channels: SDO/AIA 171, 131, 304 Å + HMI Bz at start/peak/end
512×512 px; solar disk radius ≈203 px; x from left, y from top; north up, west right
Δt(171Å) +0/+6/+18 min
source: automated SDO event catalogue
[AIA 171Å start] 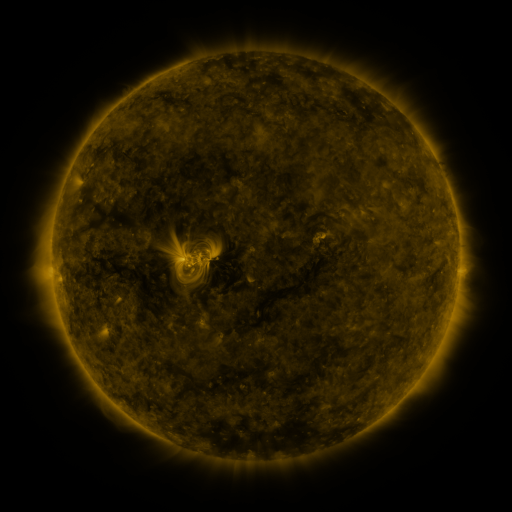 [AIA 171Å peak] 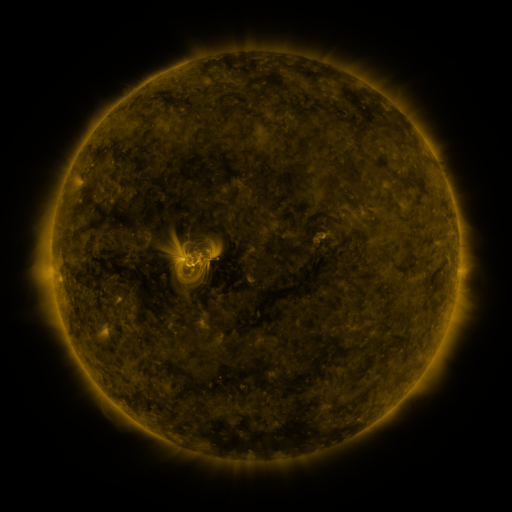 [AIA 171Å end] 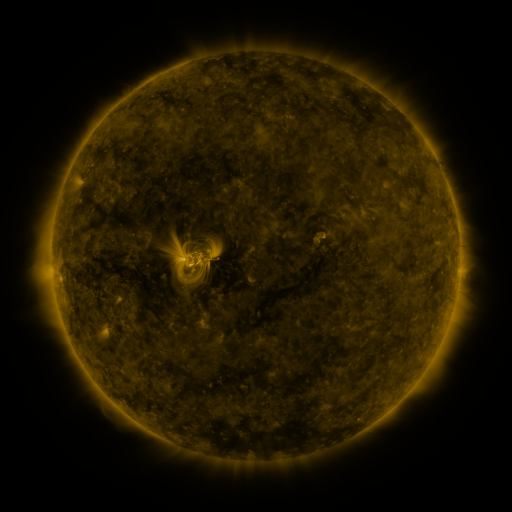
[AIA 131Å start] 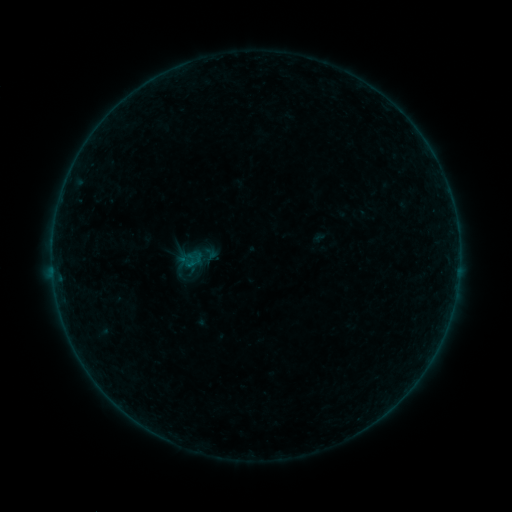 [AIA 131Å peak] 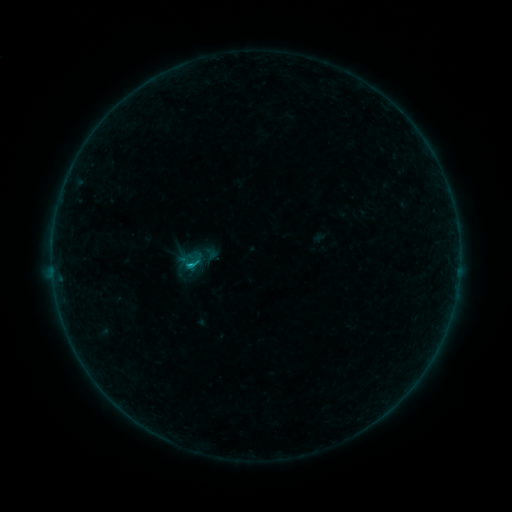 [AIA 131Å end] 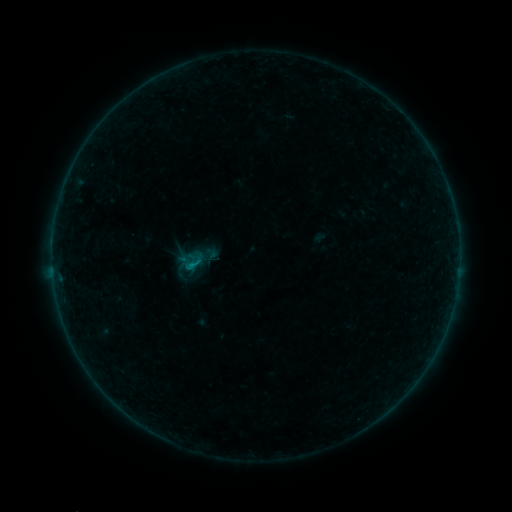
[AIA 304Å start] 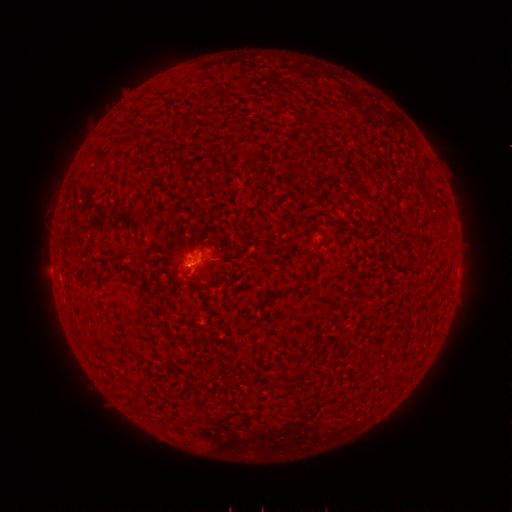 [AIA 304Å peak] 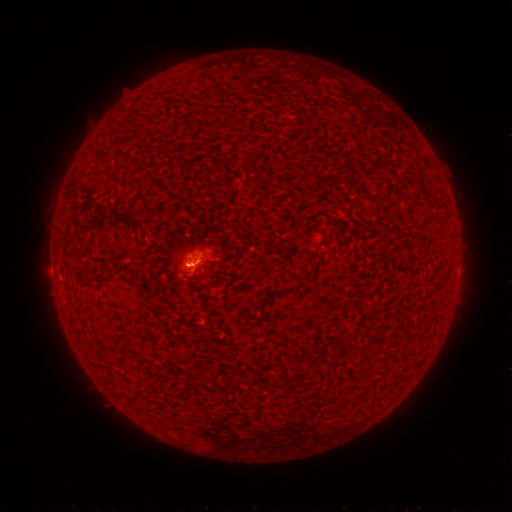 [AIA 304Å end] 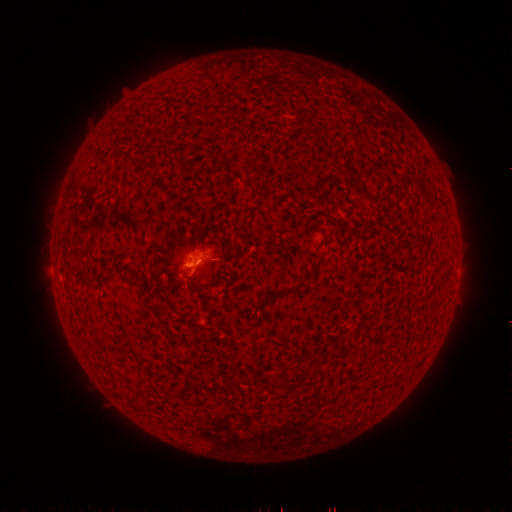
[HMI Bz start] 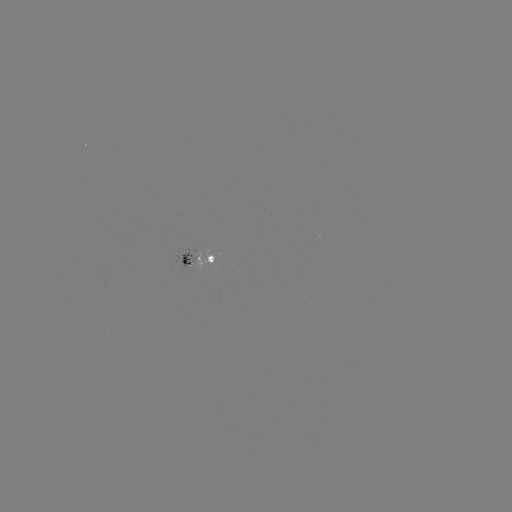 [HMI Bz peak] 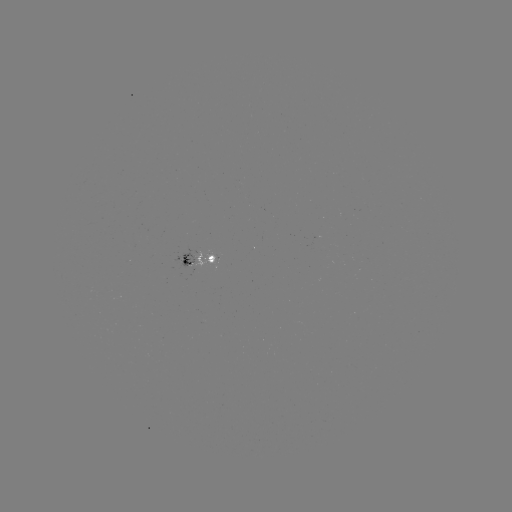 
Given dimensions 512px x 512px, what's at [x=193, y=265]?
B4.4 flare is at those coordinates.